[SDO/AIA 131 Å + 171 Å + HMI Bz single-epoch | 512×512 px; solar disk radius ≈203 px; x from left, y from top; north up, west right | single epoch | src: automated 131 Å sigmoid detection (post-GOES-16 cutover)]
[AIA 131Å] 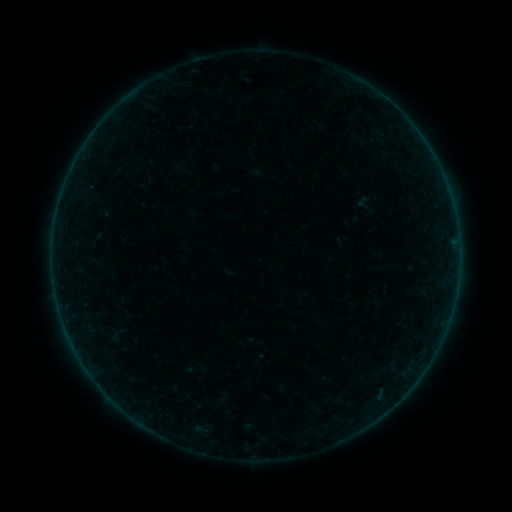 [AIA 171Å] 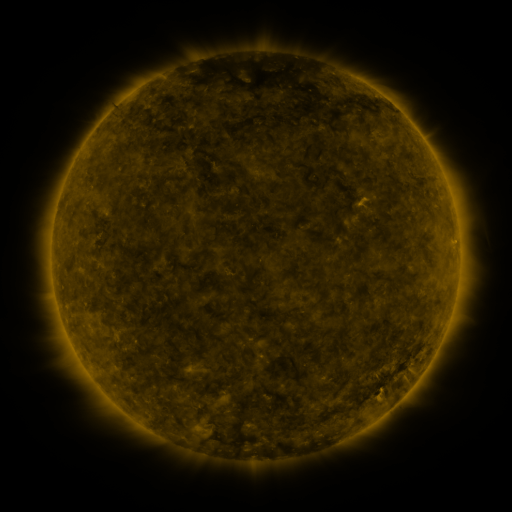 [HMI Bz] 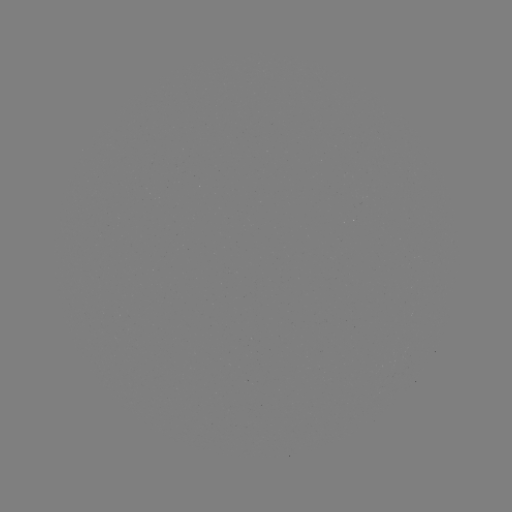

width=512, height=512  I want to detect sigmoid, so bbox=[101, 323, 133, 347].